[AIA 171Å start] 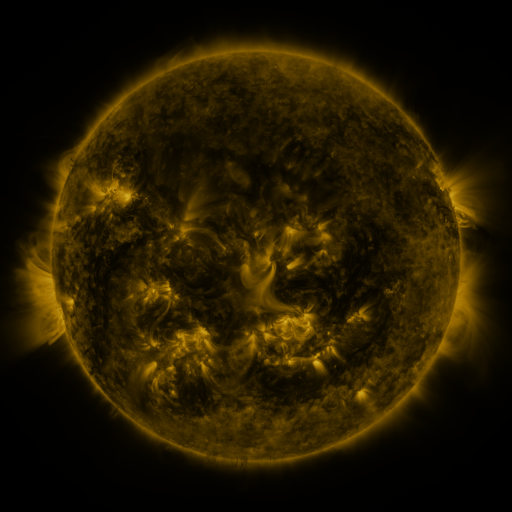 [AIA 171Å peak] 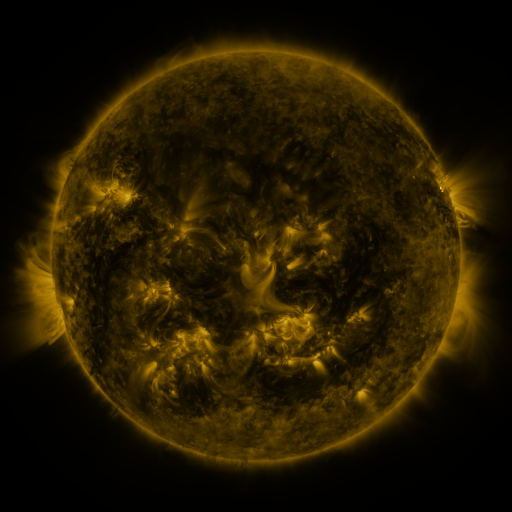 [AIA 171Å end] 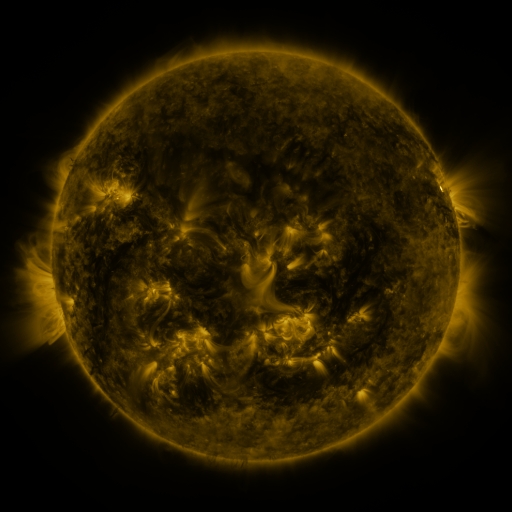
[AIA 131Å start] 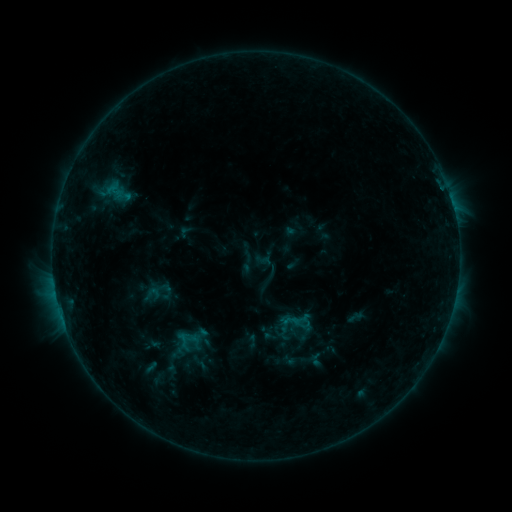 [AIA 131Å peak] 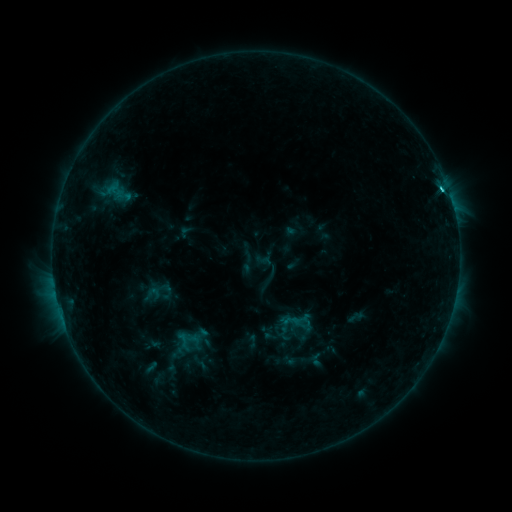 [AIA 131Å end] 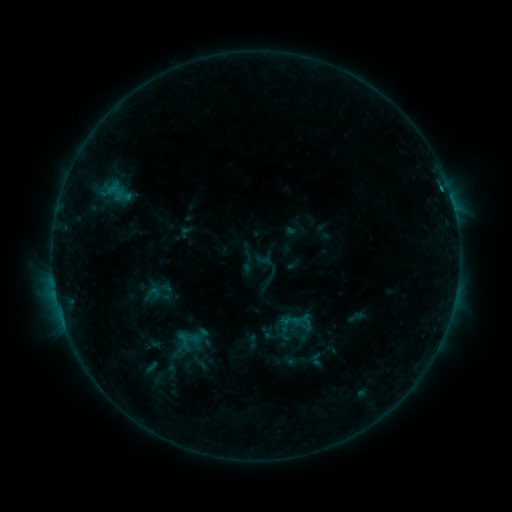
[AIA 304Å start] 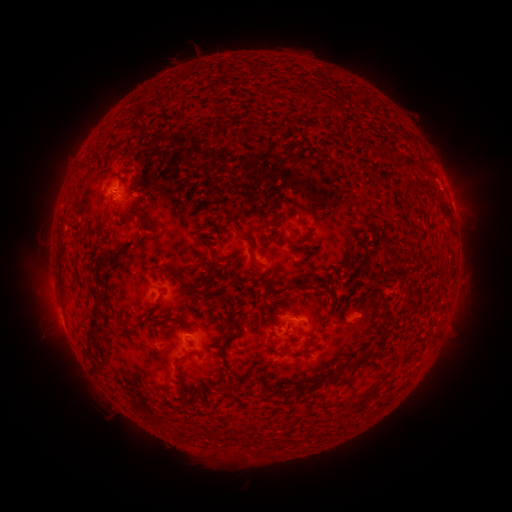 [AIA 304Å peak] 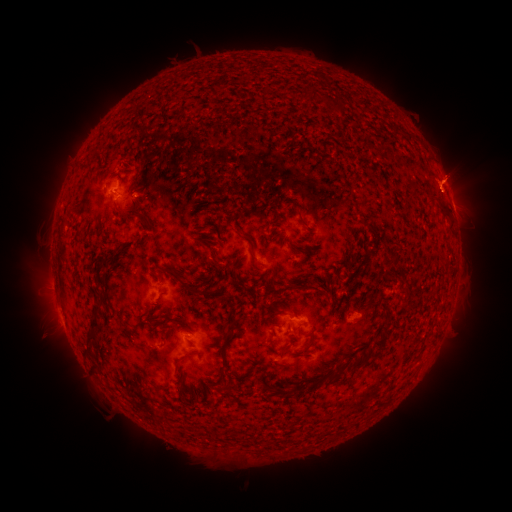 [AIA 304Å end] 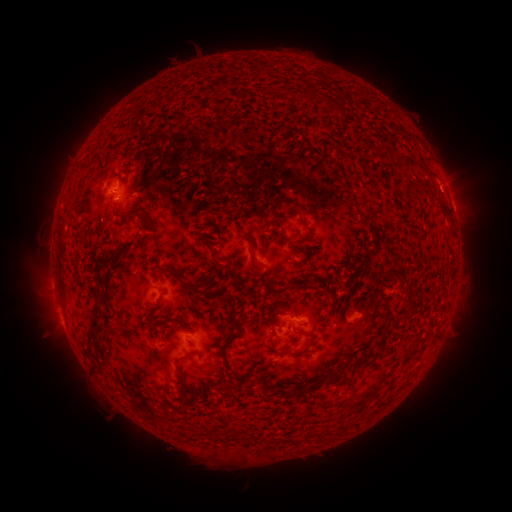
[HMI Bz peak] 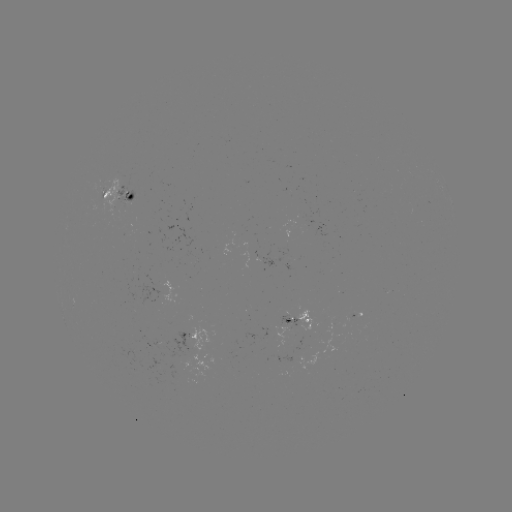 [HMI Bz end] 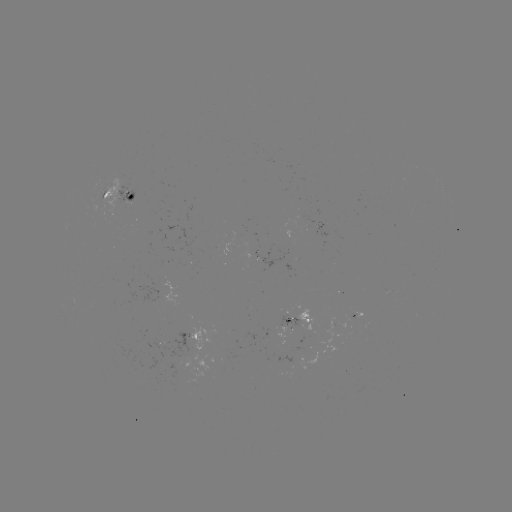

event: flare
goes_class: C1.6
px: (441, 190)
